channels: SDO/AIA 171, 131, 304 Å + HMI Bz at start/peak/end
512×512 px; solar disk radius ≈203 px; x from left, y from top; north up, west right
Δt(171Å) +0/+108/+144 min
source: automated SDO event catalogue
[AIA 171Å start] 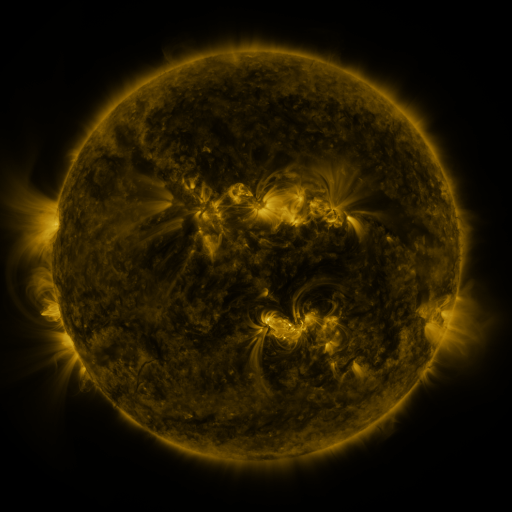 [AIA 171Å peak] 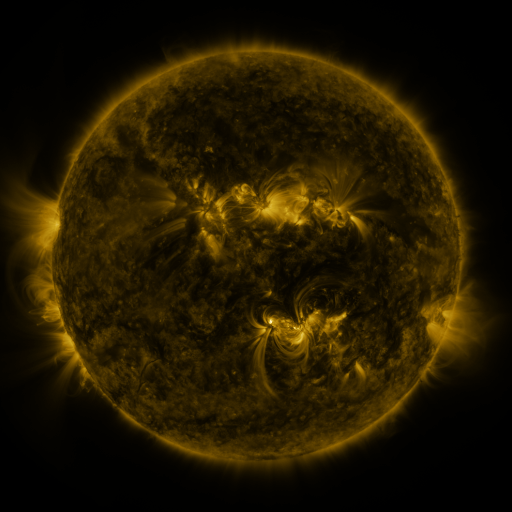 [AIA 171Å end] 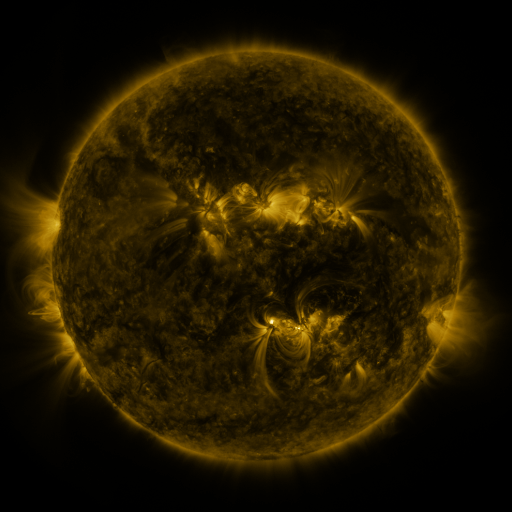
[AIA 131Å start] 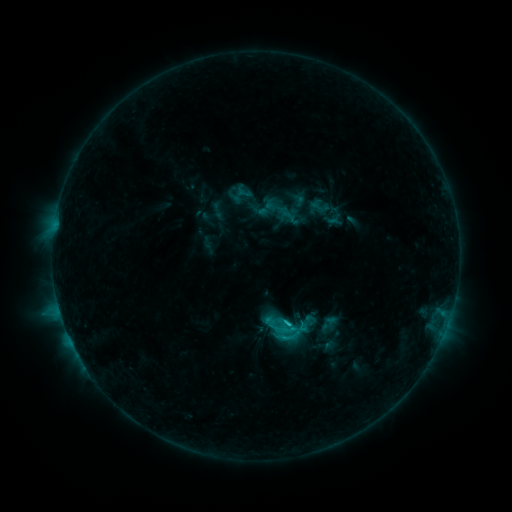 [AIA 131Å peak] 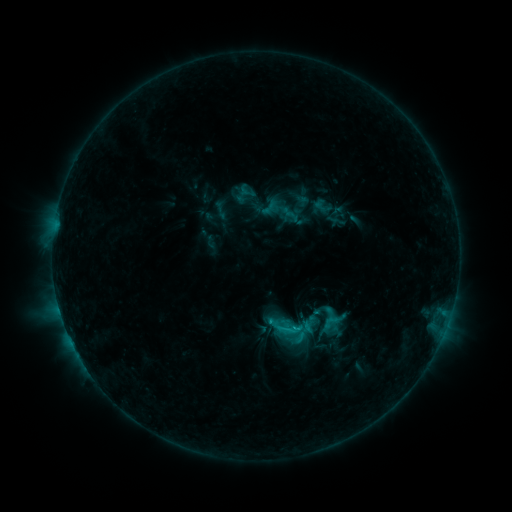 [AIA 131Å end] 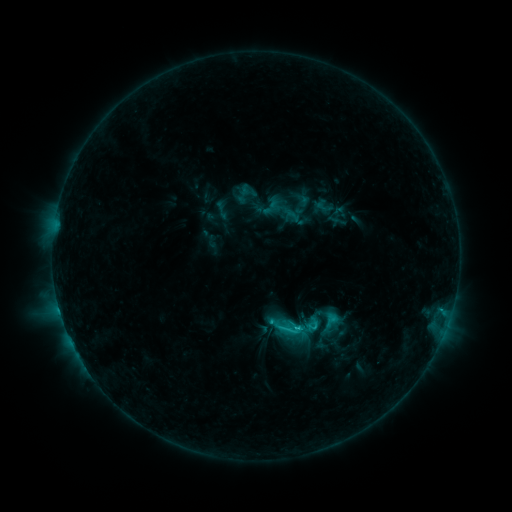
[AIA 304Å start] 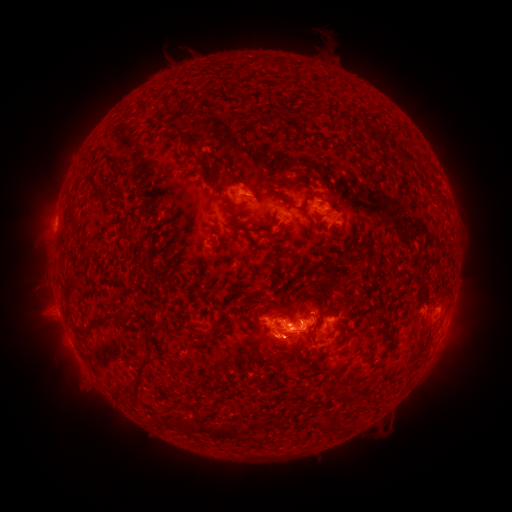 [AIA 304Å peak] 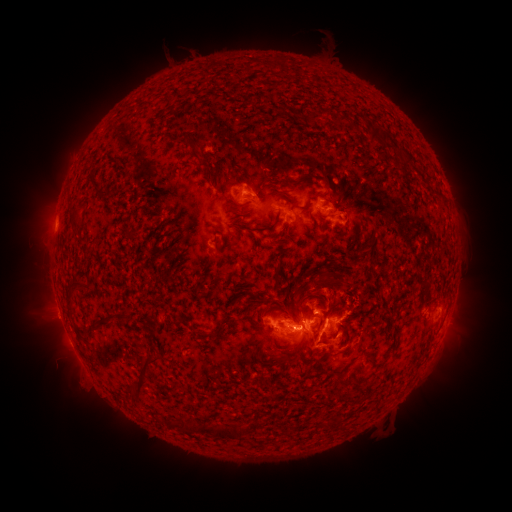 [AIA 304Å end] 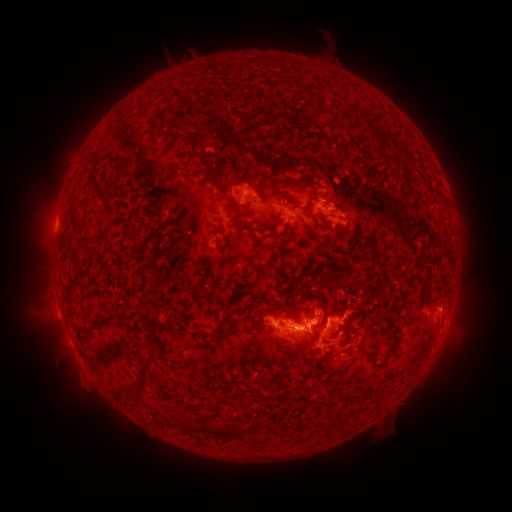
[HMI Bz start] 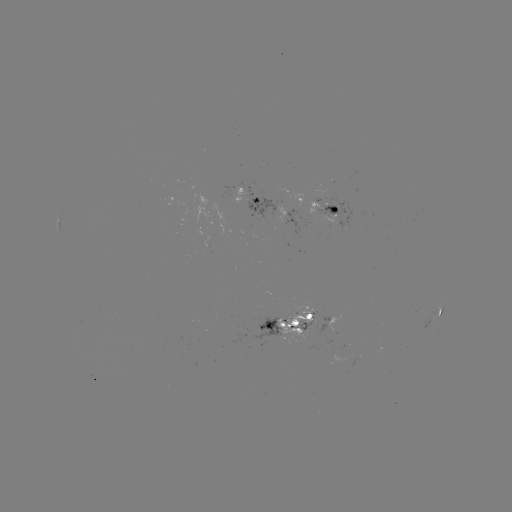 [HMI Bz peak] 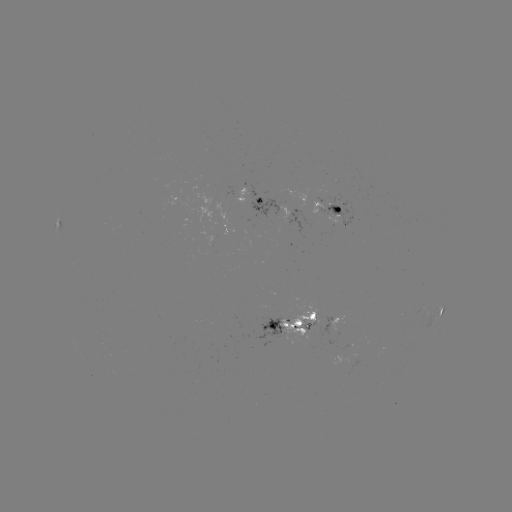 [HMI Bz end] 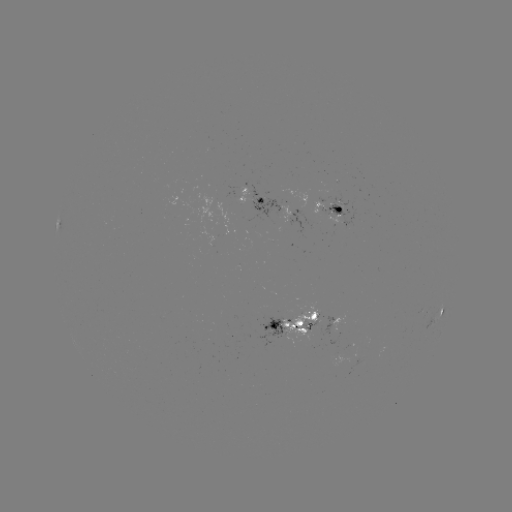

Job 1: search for emerging-flux region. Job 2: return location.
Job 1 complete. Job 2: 332,216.